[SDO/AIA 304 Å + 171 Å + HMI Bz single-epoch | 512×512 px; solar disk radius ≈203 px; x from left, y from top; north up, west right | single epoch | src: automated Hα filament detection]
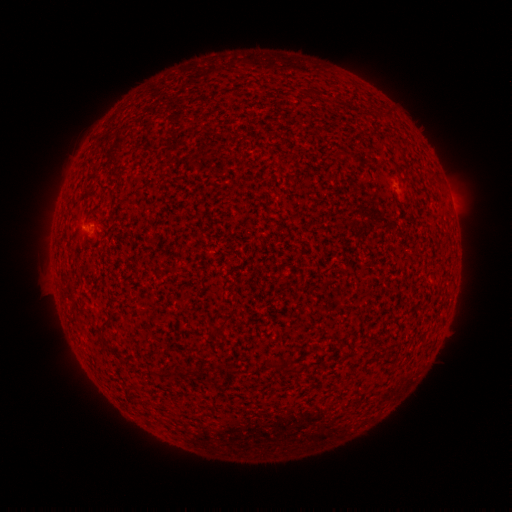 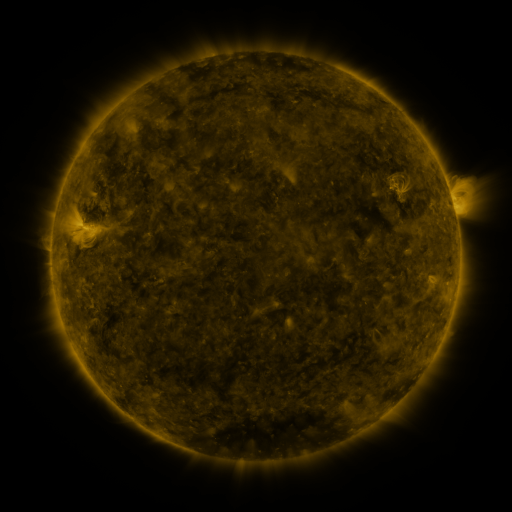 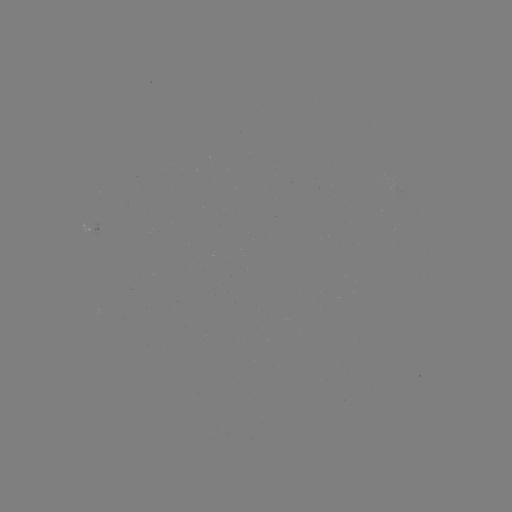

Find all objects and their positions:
filament: (99, 331)
filament: (181, 371)
